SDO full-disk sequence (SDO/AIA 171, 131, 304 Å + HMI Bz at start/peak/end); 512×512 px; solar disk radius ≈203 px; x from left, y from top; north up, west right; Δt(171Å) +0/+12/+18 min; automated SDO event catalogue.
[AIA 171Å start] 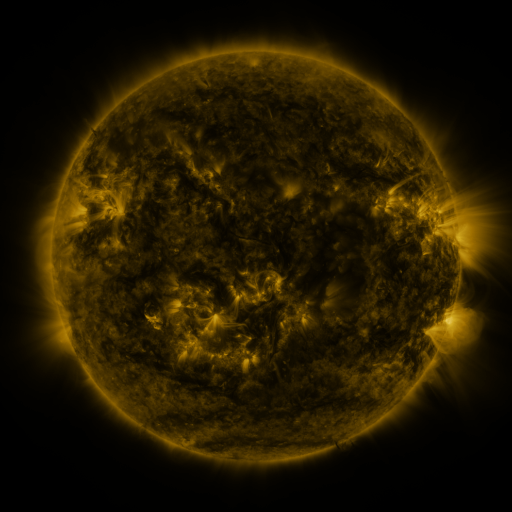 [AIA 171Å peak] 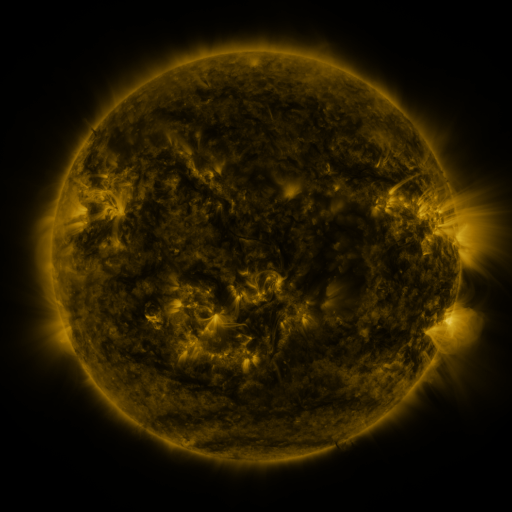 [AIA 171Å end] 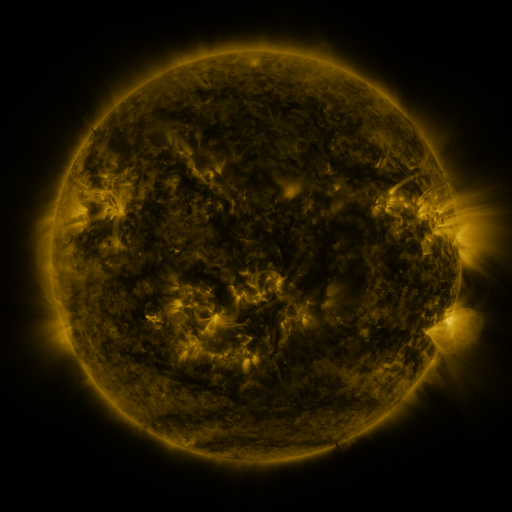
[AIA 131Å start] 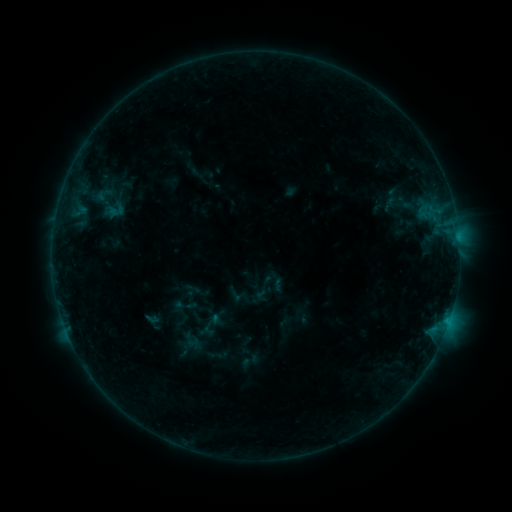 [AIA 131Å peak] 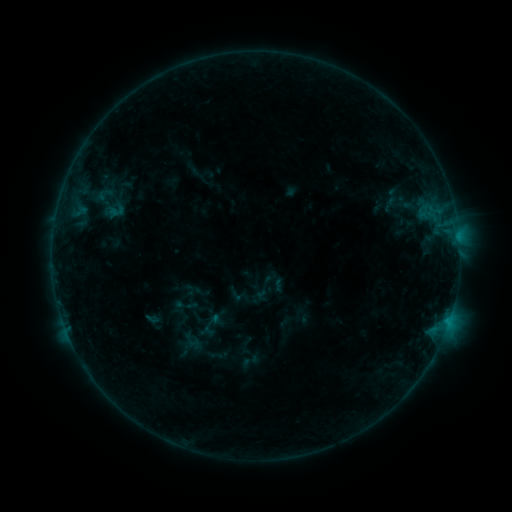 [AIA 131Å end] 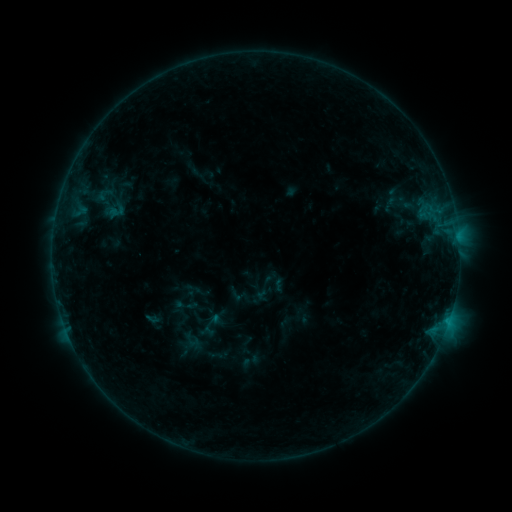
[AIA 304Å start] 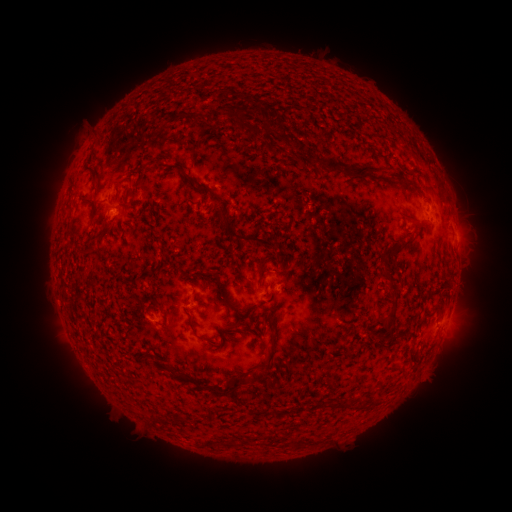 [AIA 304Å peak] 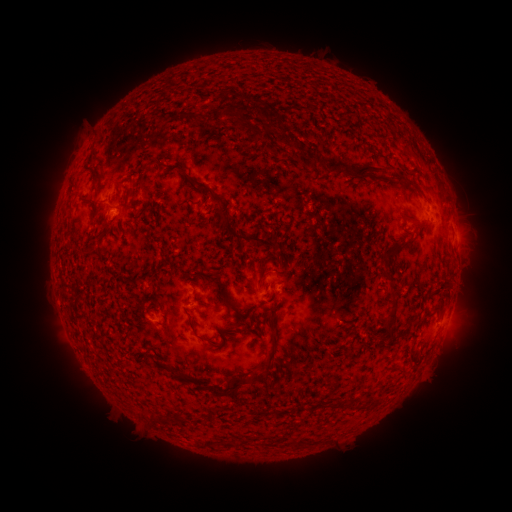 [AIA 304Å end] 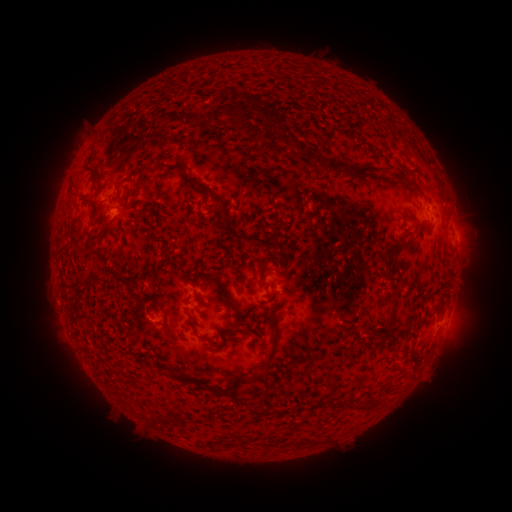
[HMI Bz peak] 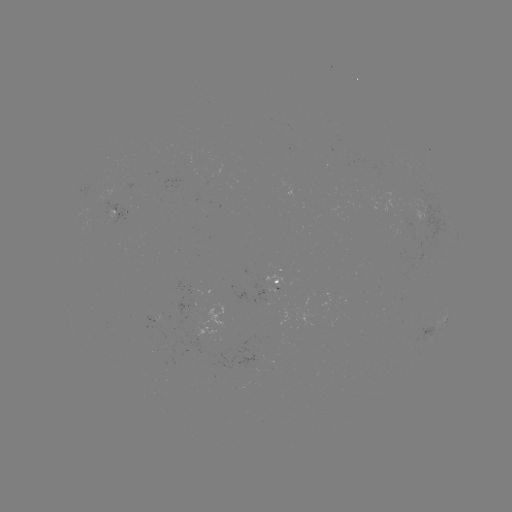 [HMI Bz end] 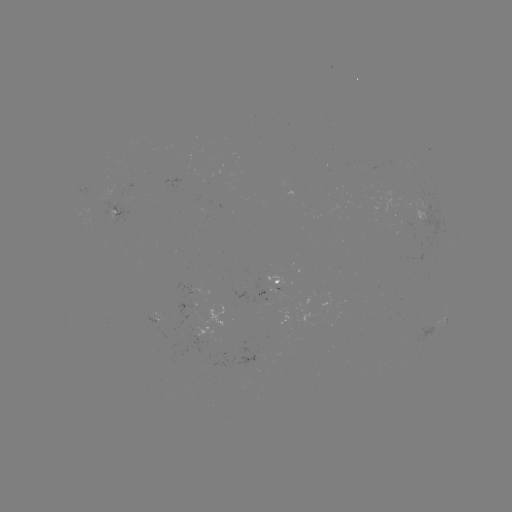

no catalogued flare and no flagged EUV brightening in this window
